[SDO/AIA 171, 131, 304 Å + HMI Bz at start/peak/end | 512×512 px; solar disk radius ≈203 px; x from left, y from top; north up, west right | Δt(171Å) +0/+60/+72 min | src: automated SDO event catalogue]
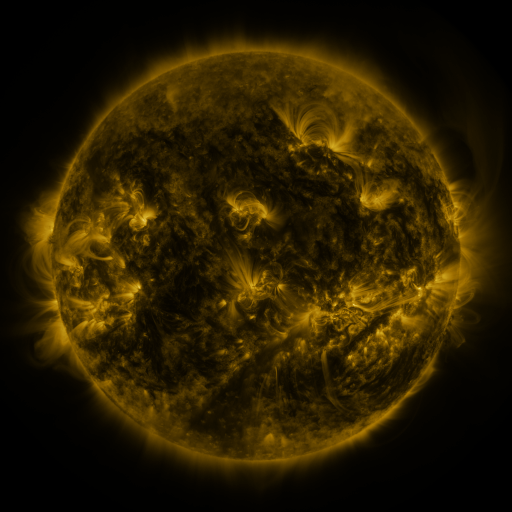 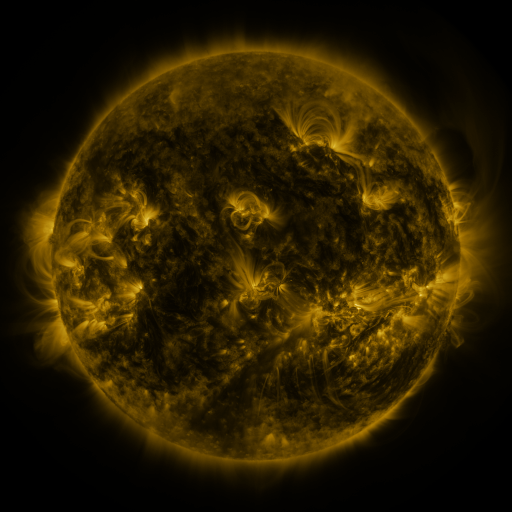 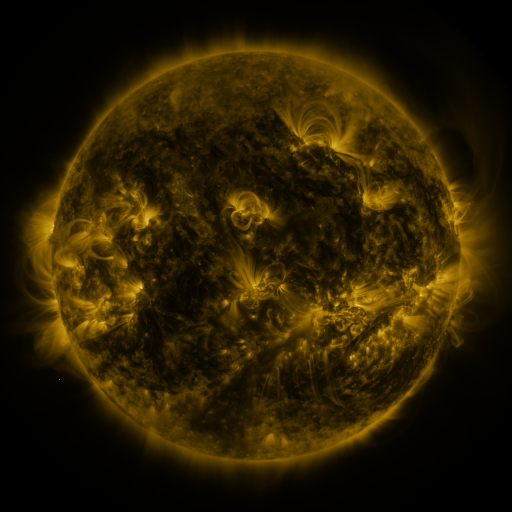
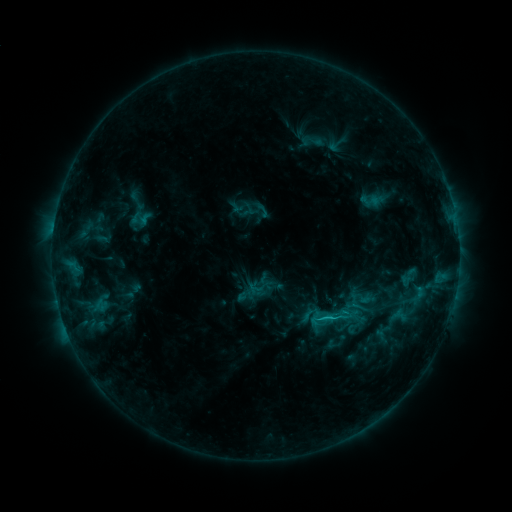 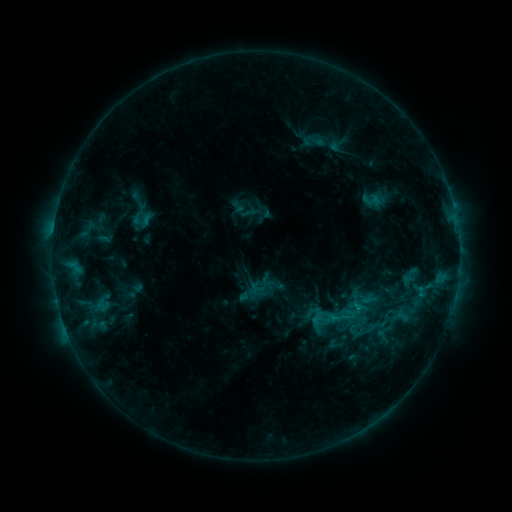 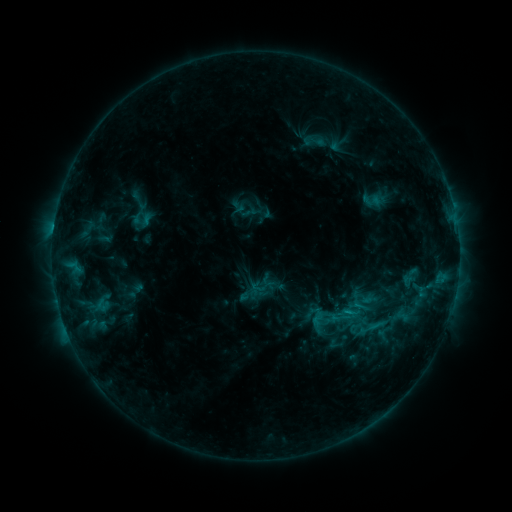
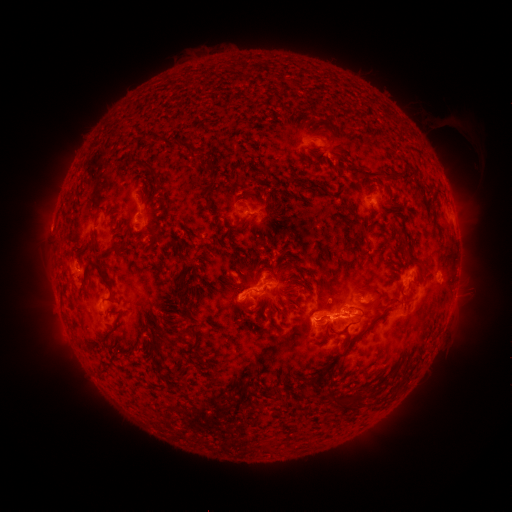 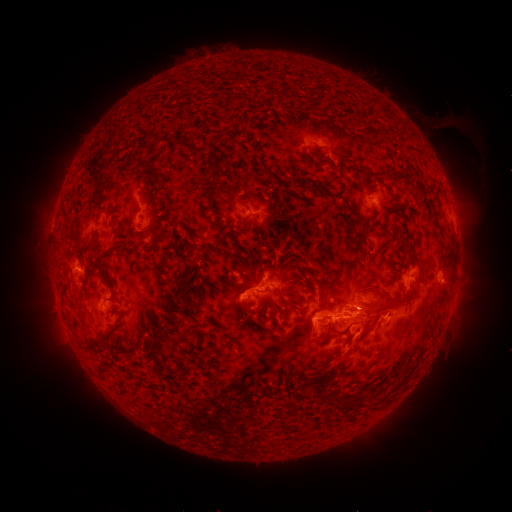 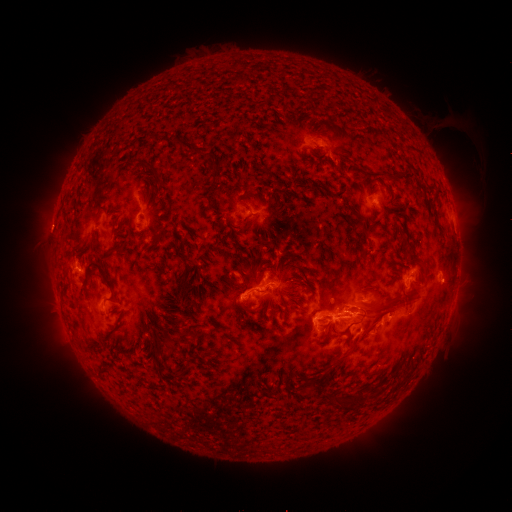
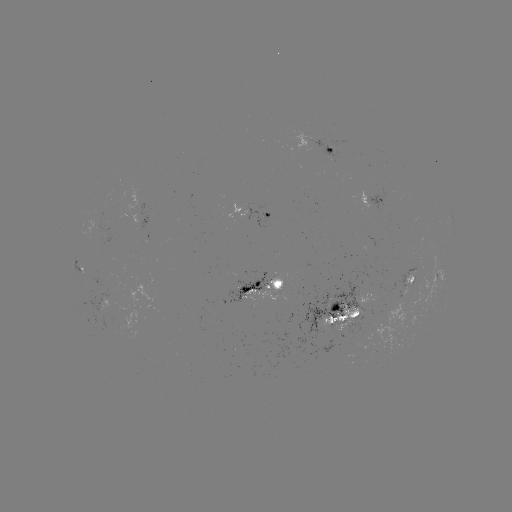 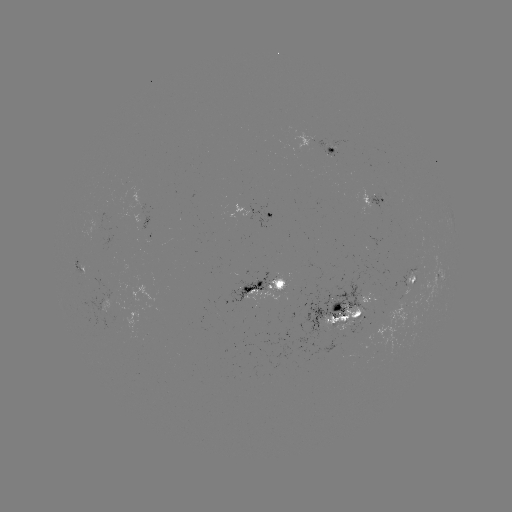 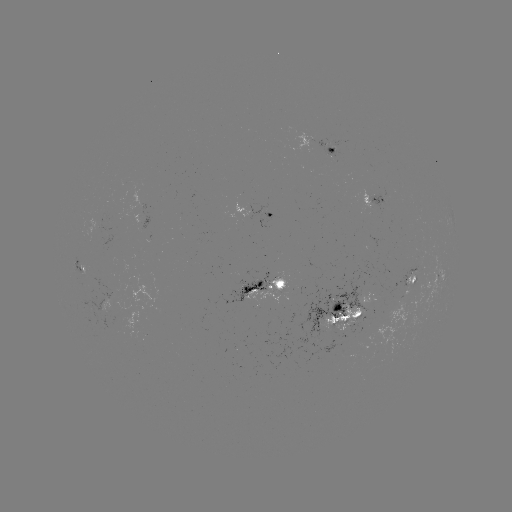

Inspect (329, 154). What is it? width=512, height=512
emerging-flux region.